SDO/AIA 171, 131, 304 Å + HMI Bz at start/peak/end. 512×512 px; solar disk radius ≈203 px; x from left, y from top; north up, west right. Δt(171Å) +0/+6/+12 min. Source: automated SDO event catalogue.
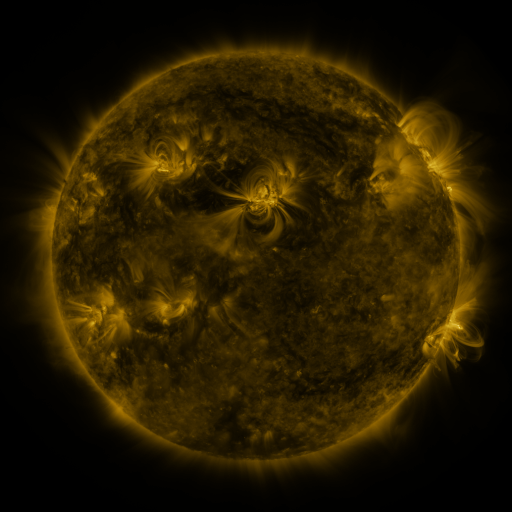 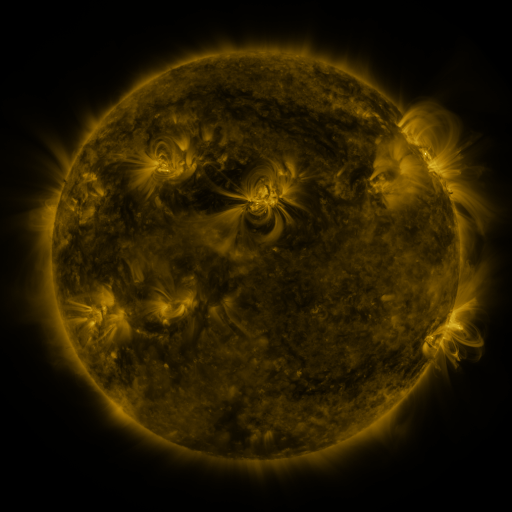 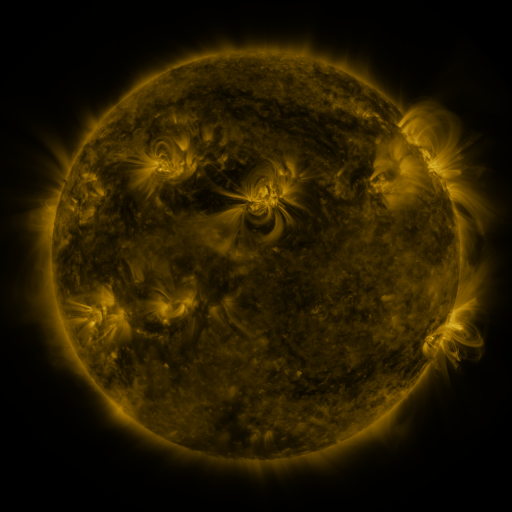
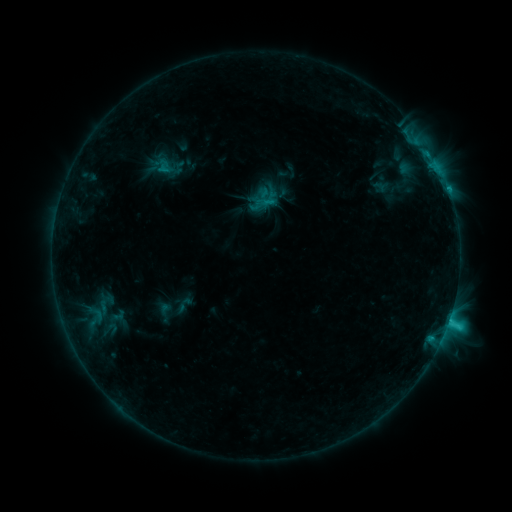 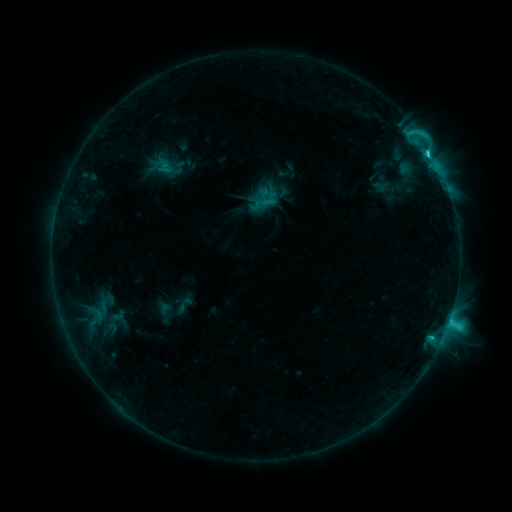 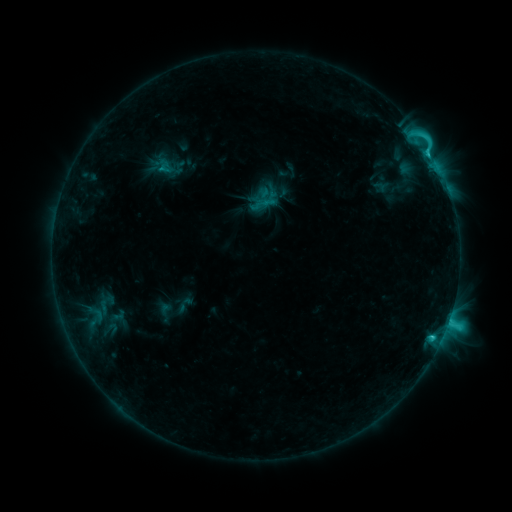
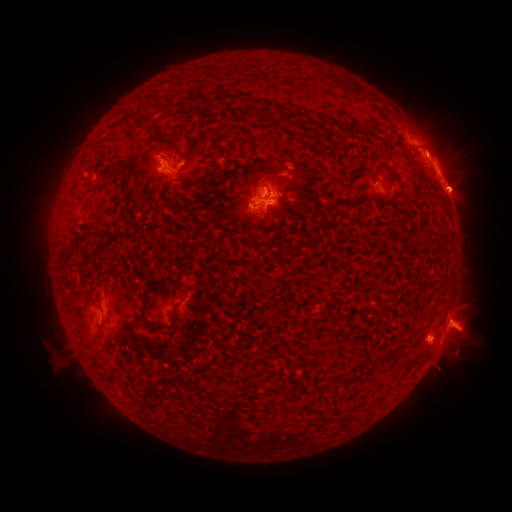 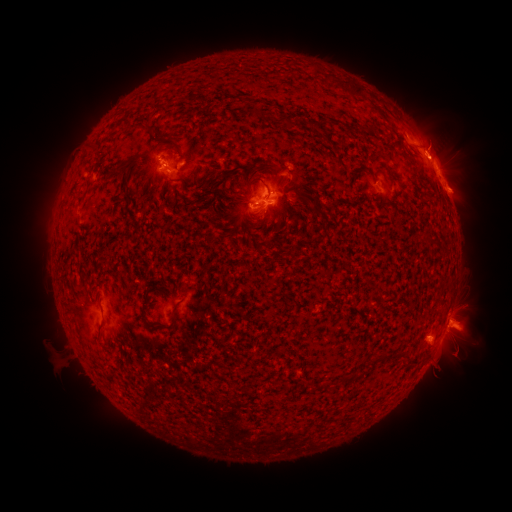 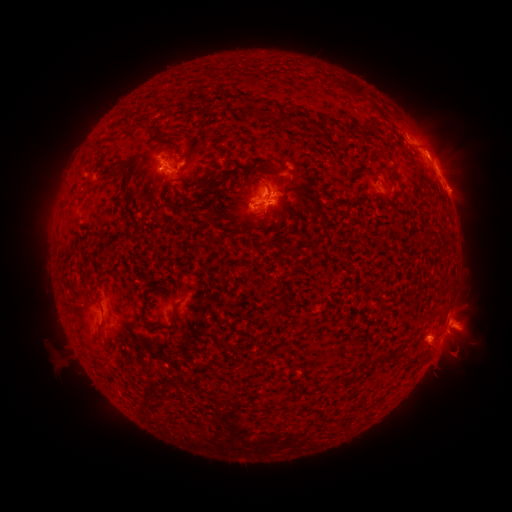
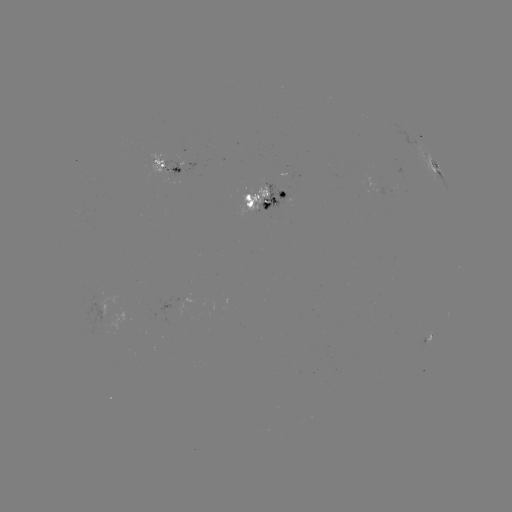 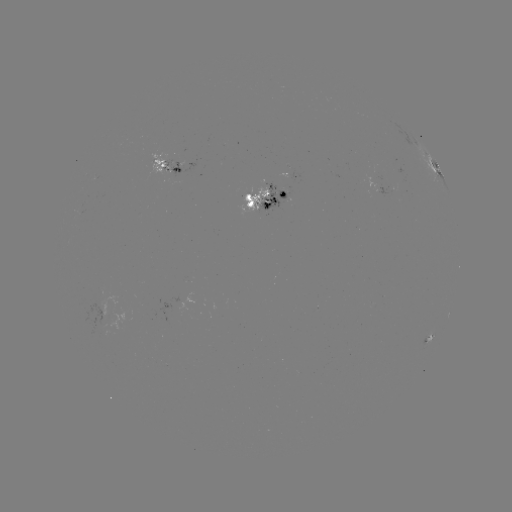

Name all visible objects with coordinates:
eruption: (444, 139)
